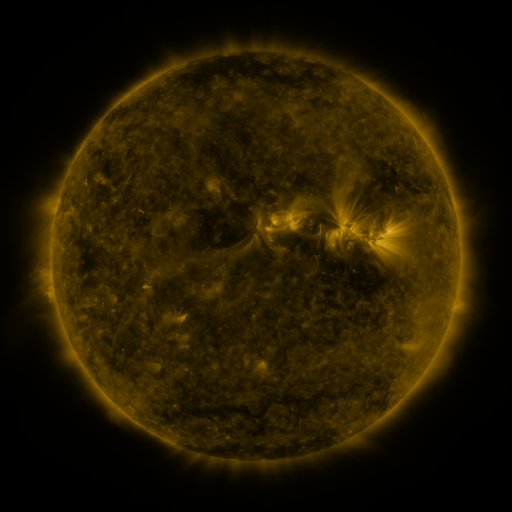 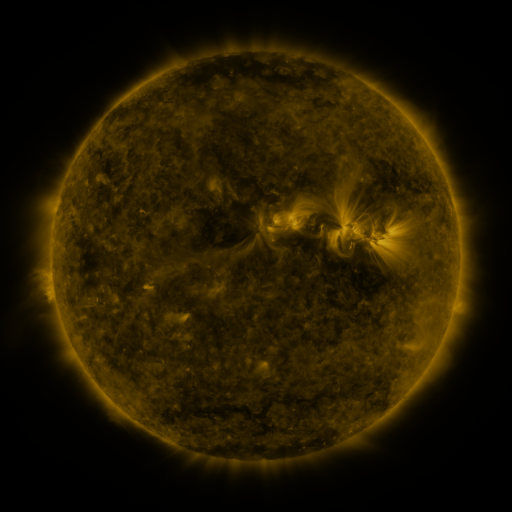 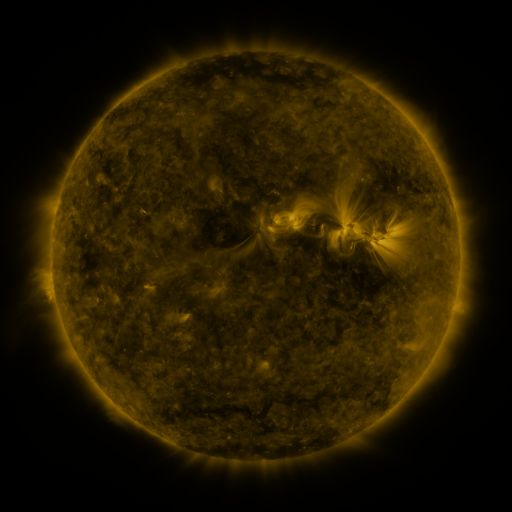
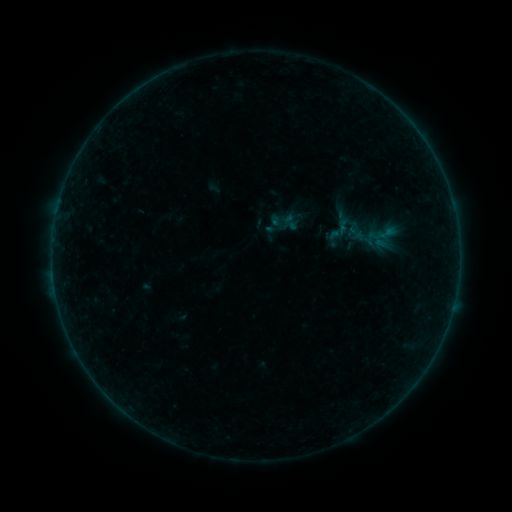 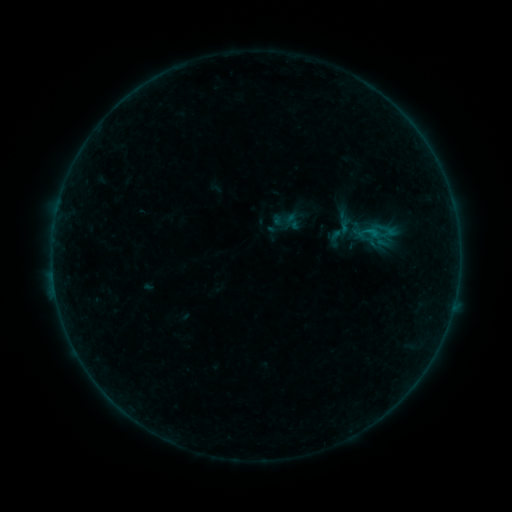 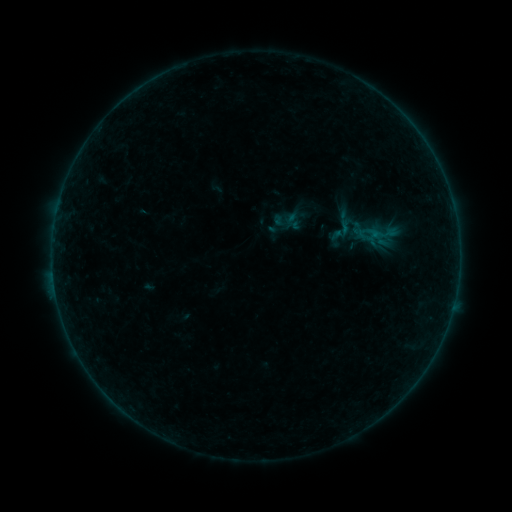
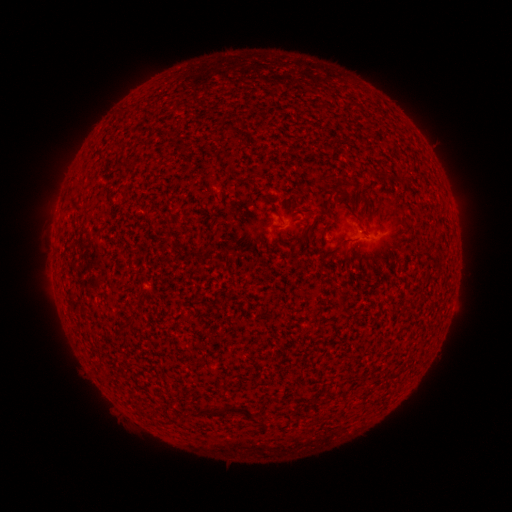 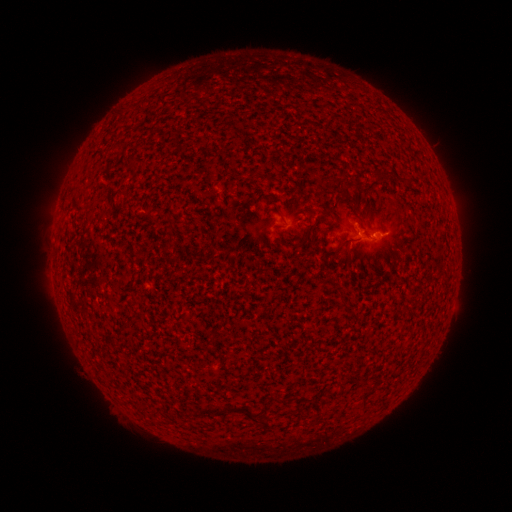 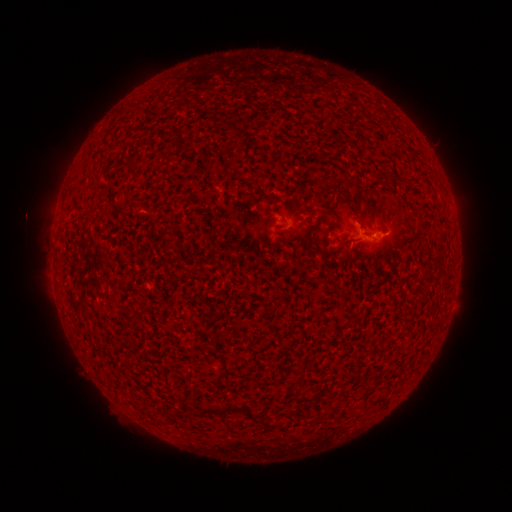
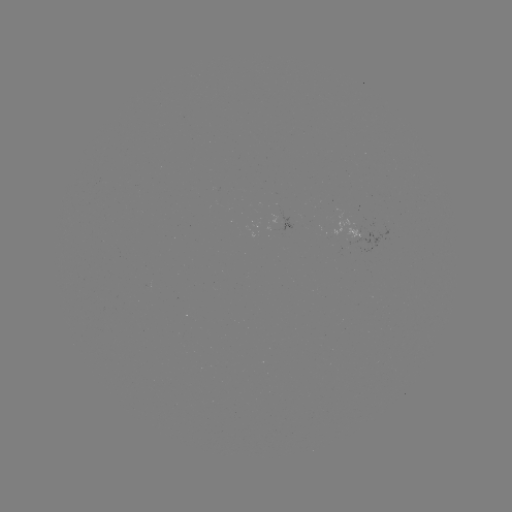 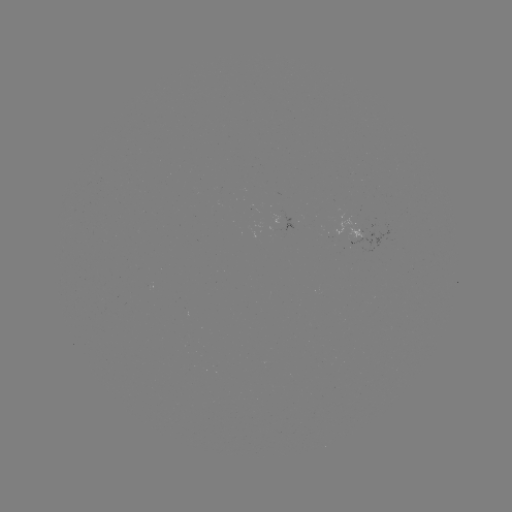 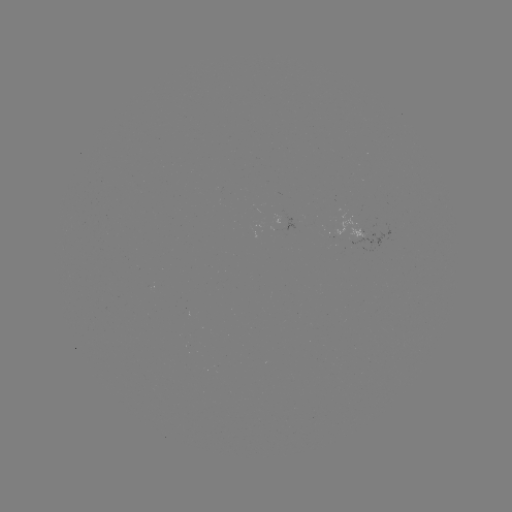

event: flare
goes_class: B4.1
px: (369, 232)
